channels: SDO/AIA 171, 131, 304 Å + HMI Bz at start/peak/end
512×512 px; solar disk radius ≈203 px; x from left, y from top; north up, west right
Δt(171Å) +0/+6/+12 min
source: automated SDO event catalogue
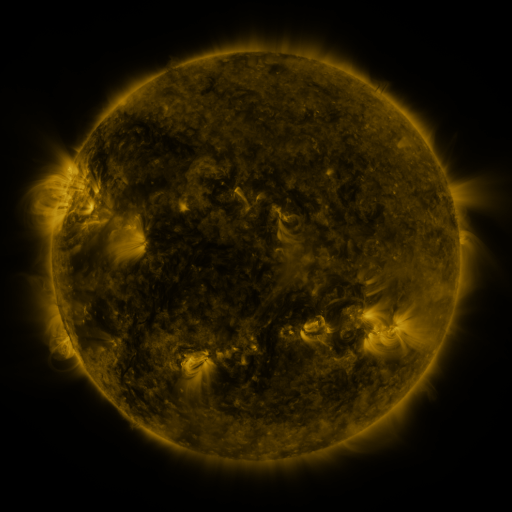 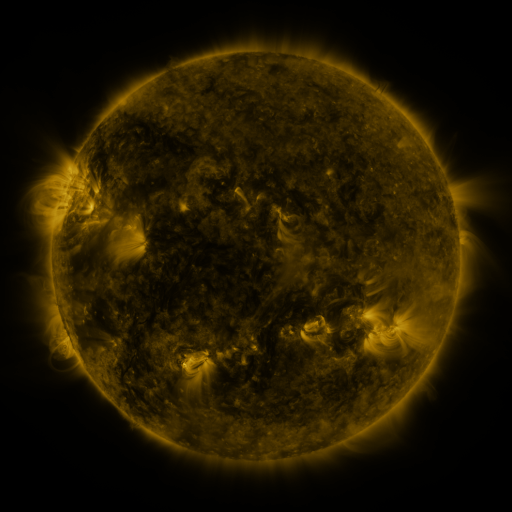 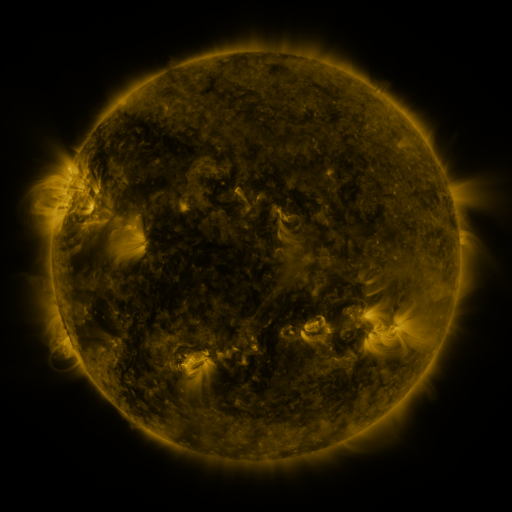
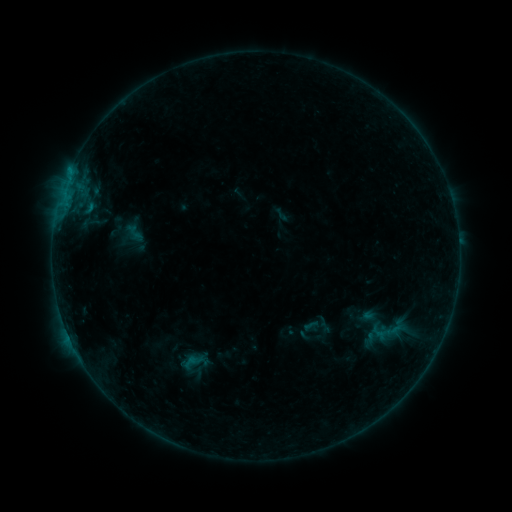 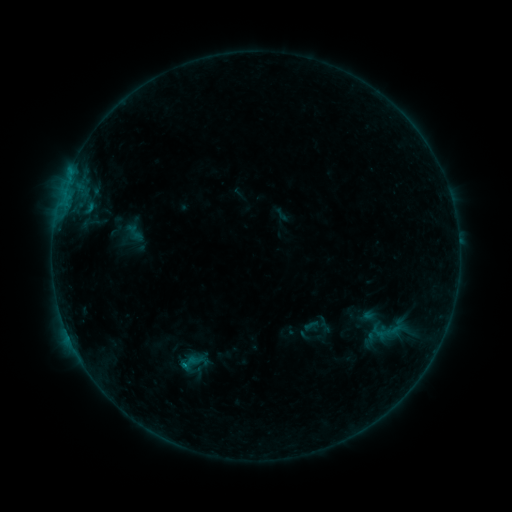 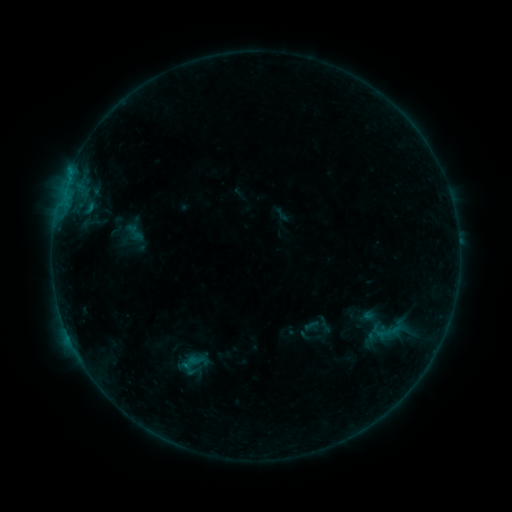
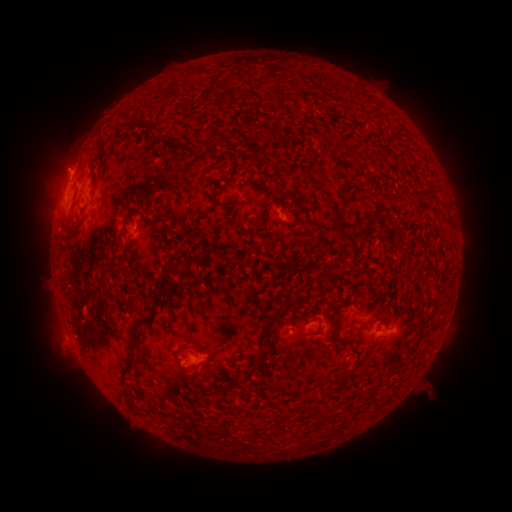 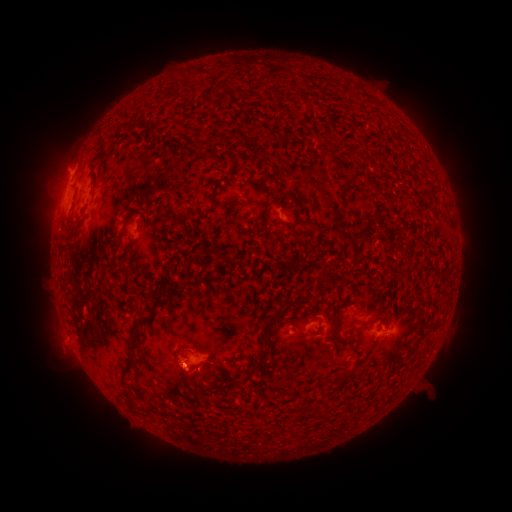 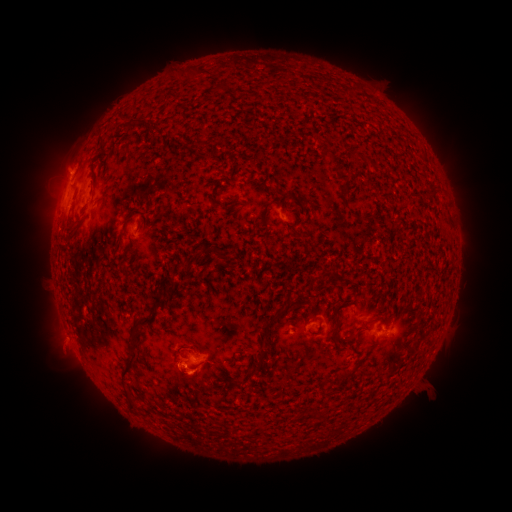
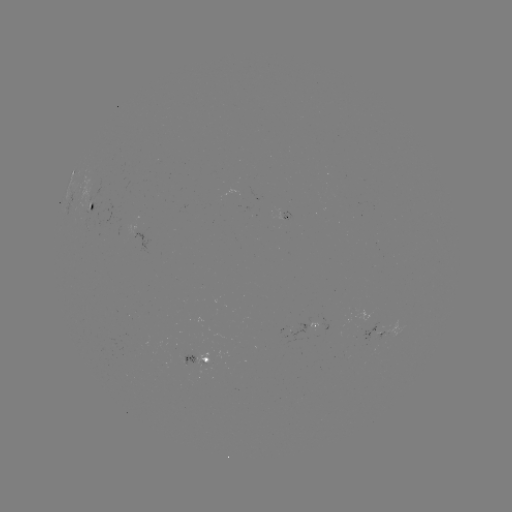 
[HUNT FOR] B3.3 flare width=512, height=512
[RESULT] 185,363